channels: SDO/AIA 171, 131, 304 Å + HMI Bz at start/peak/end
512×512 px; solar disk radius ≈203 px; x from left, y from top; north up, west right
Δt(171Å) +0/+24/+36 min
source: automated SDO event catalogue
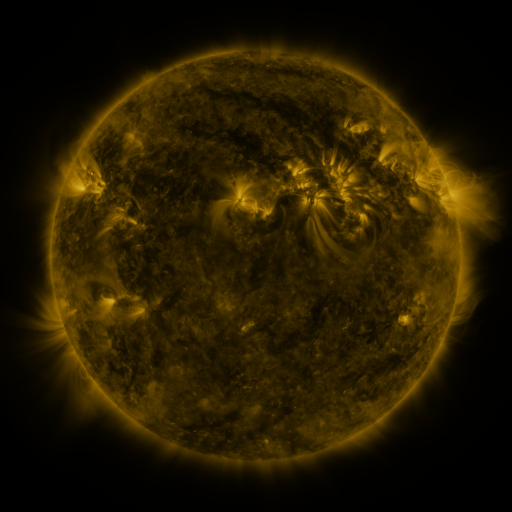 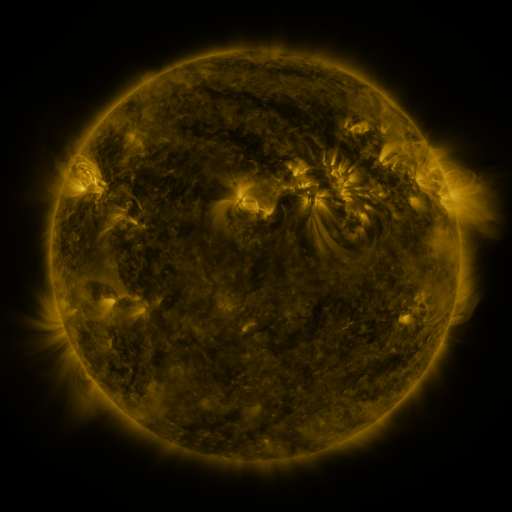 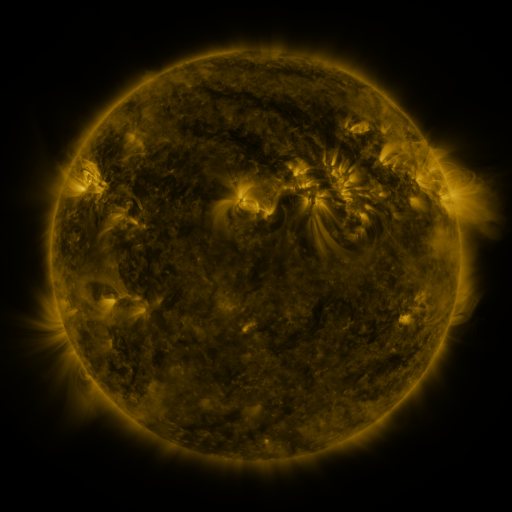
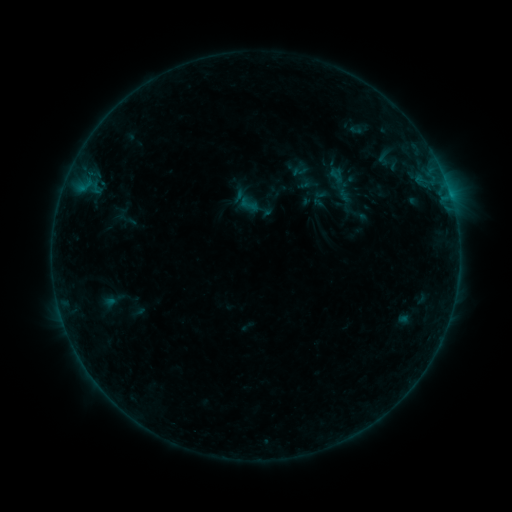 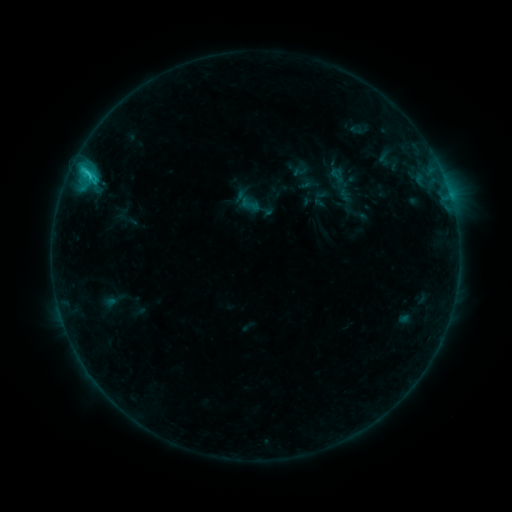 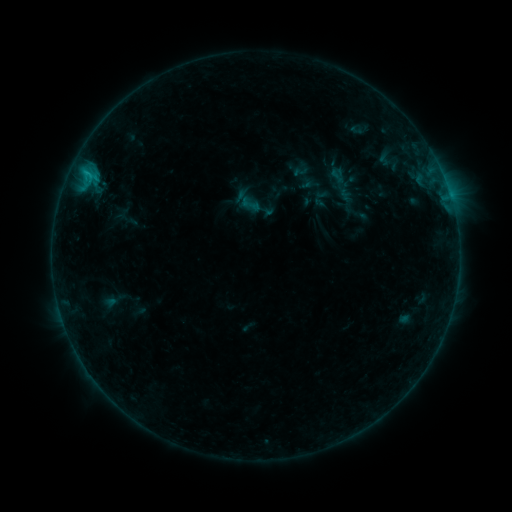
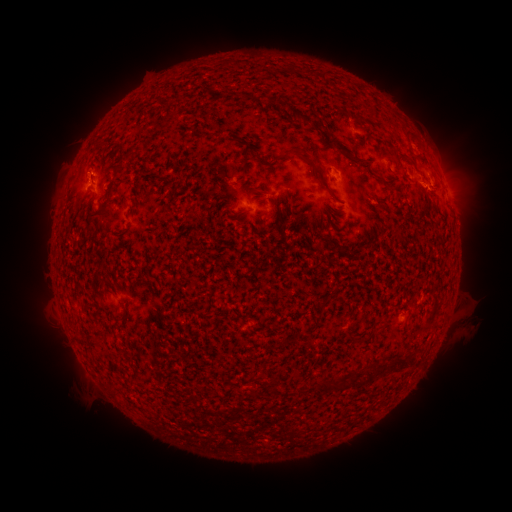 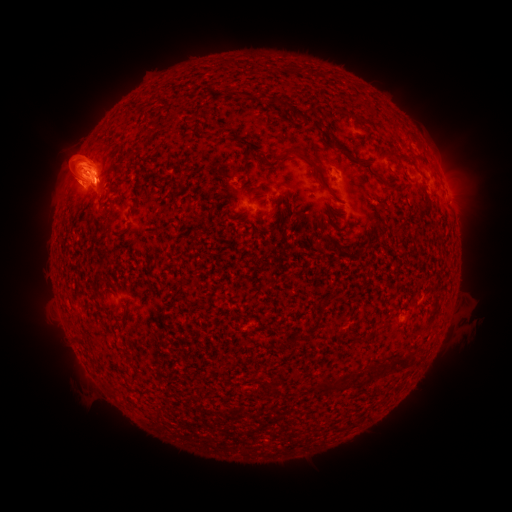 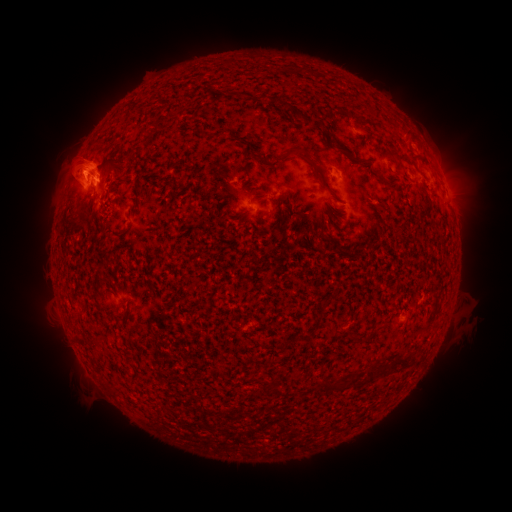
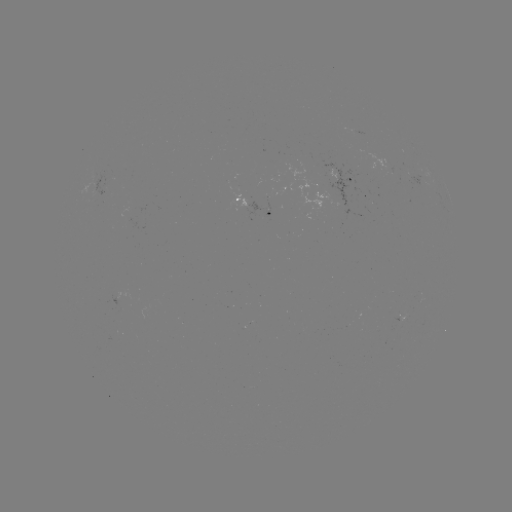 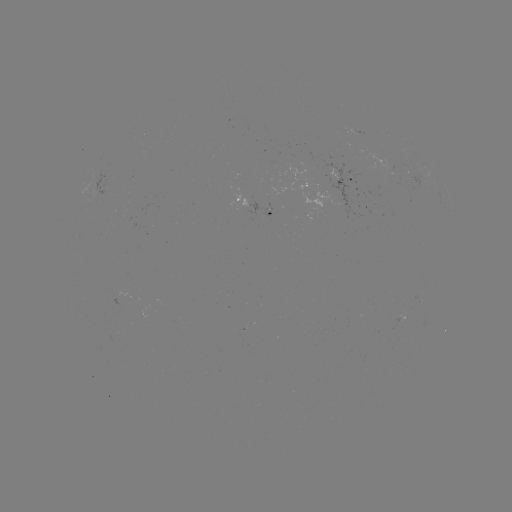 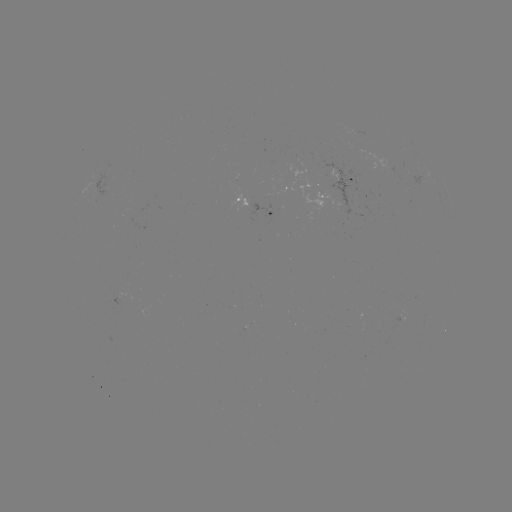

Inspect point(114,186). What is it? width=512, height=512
C2.0 flare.